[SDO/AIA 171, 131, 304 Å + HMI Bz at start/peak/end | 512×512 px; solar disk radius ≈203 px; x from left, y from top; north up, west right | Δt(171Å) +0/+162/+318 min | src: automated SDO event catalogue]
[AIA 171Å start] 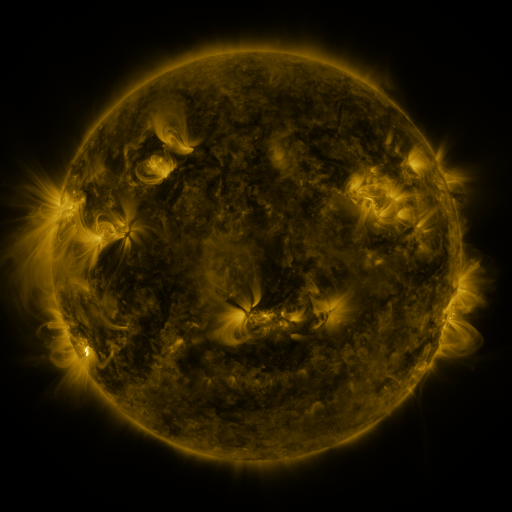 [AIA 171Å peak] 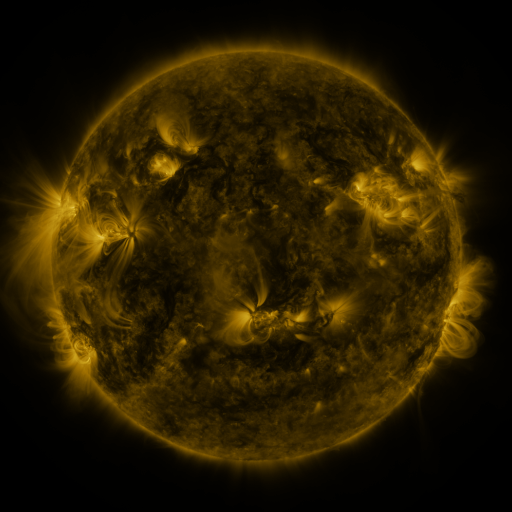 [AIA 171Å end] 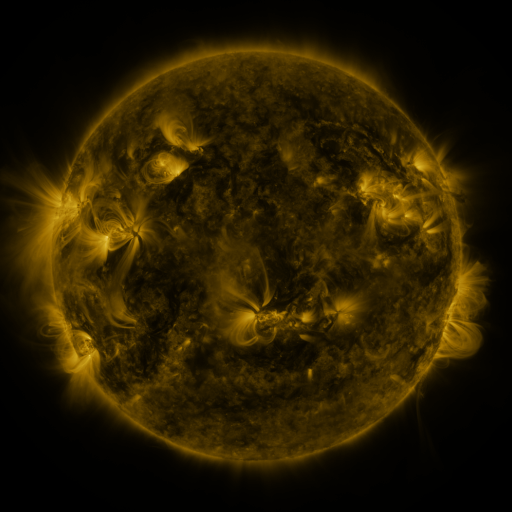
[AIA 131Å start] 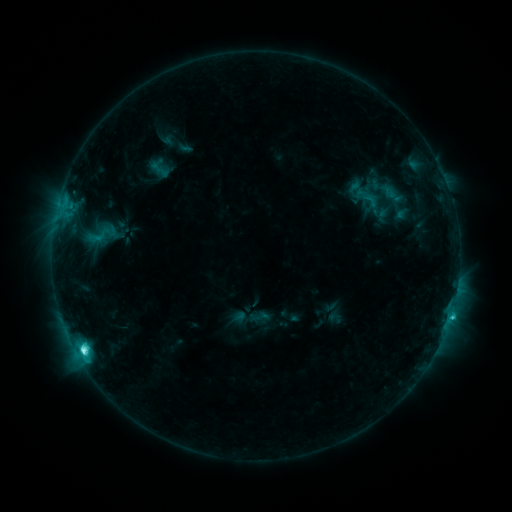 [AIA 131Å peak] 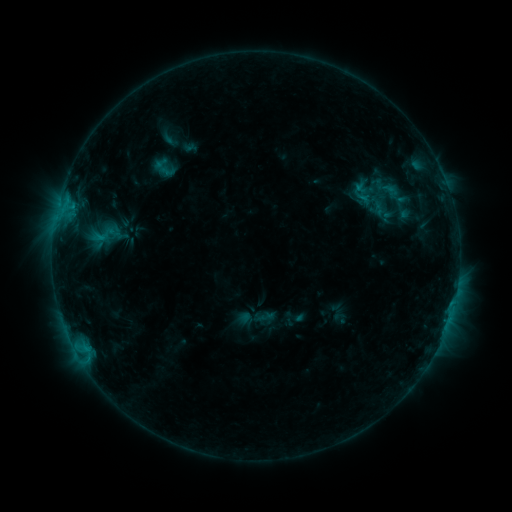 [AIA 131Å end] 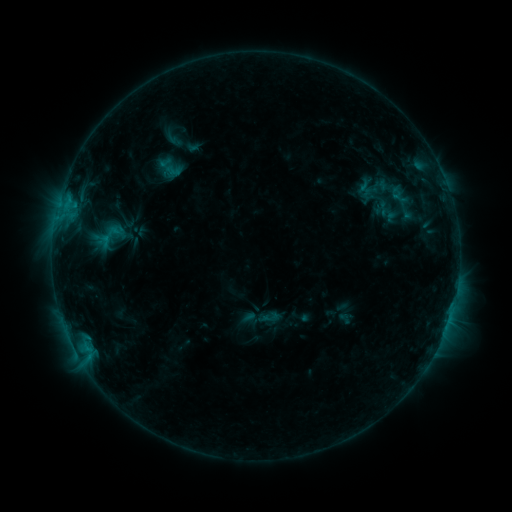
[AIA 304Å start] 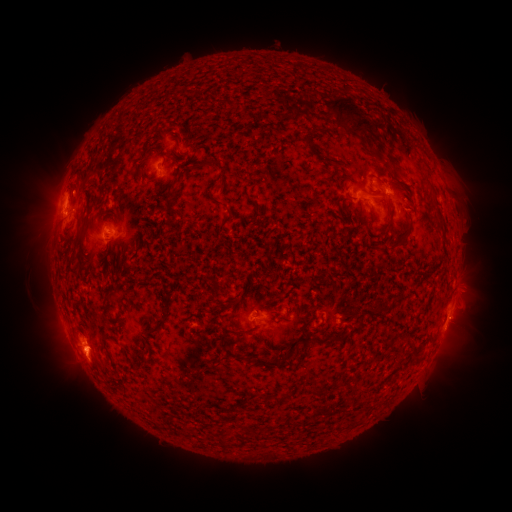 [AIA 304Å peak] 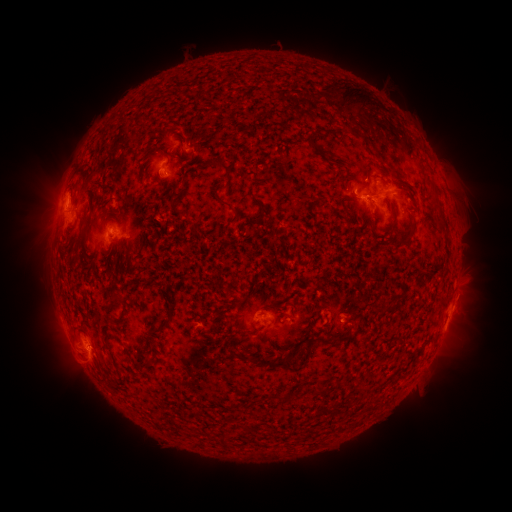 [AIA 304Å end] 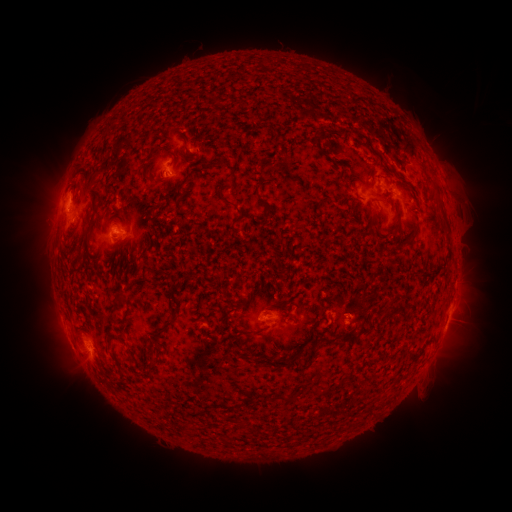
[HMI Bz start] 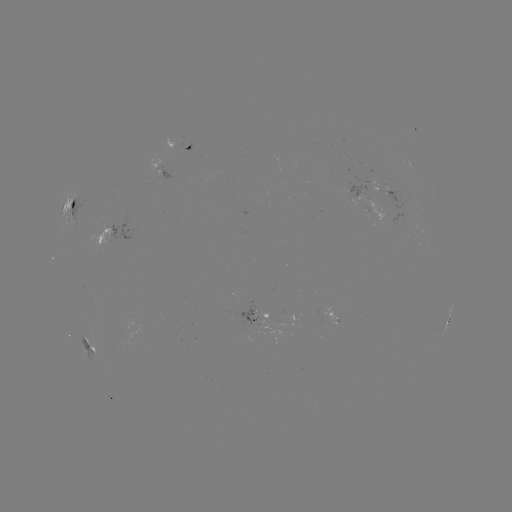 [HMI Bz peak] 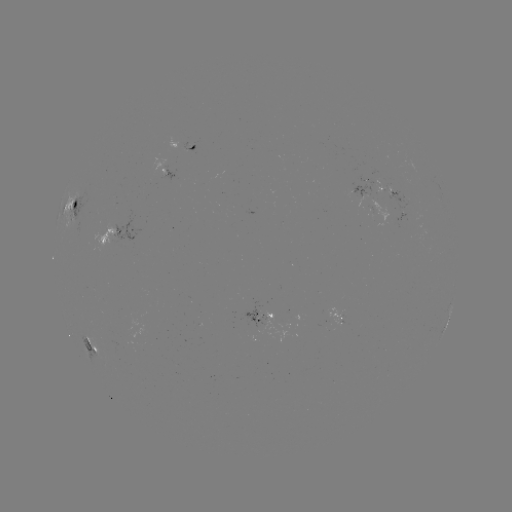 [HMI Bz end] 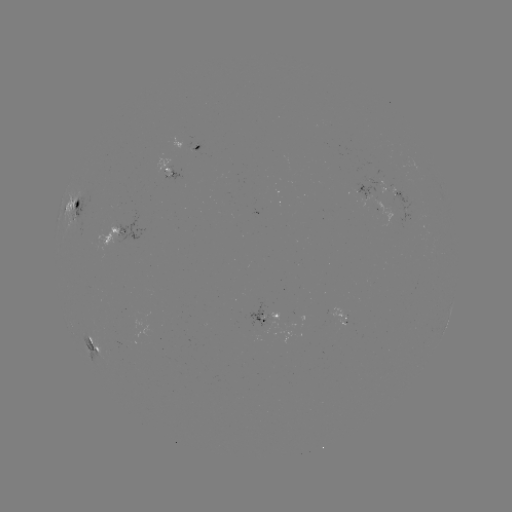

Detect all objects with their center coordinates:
filament eruption: (387, 357)
